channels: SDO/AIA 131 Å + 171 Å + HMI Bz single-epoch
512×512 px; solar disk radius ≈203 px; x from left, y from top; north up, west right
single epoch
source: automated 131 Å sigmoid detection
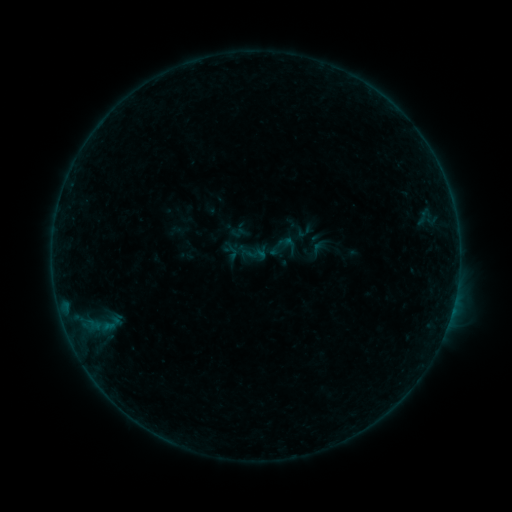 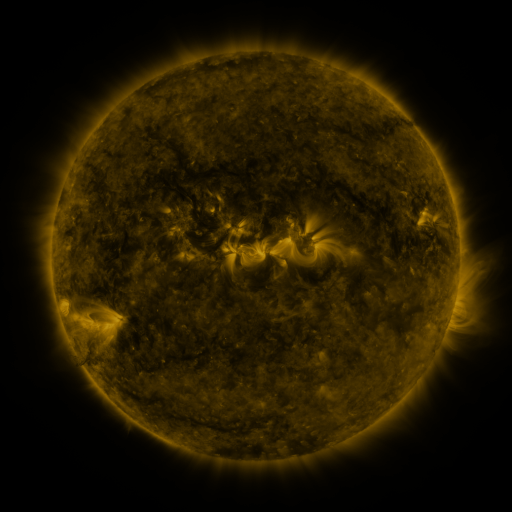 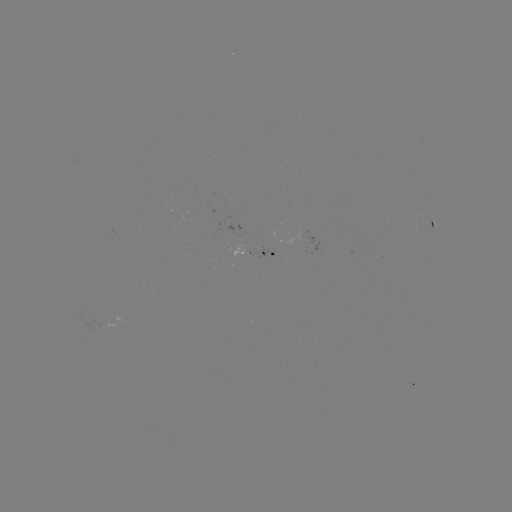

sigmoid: [246, 244, 267, 264]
